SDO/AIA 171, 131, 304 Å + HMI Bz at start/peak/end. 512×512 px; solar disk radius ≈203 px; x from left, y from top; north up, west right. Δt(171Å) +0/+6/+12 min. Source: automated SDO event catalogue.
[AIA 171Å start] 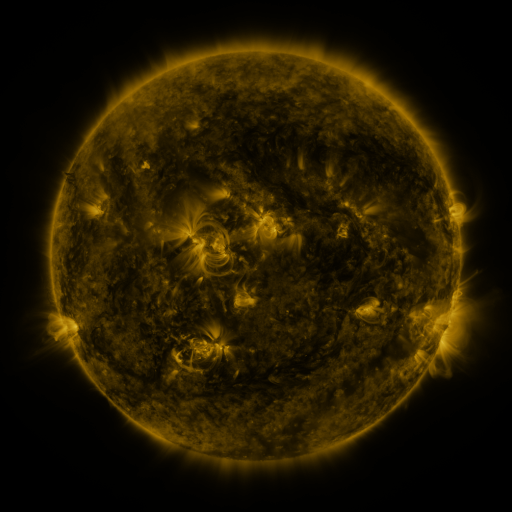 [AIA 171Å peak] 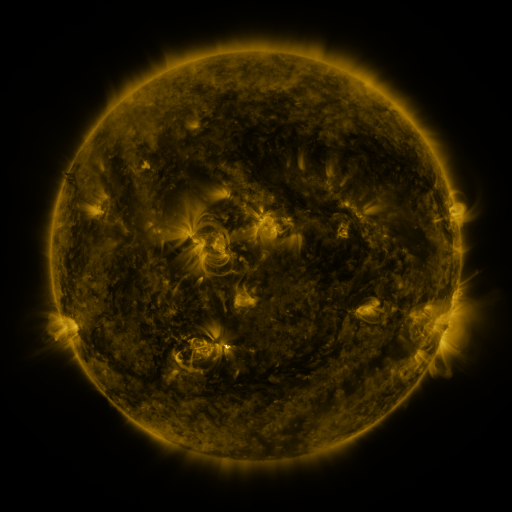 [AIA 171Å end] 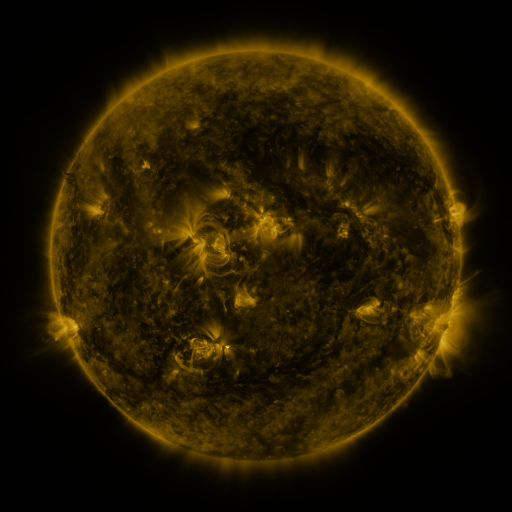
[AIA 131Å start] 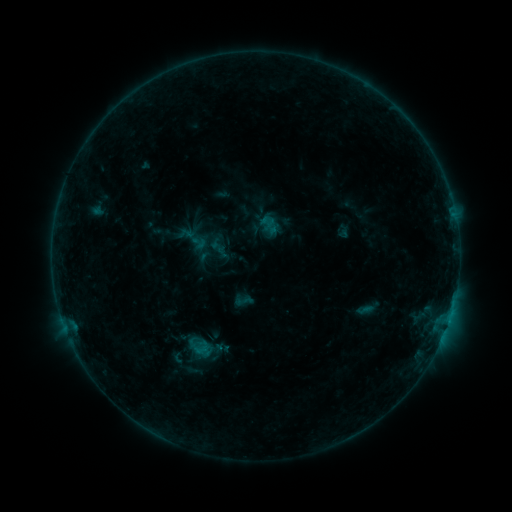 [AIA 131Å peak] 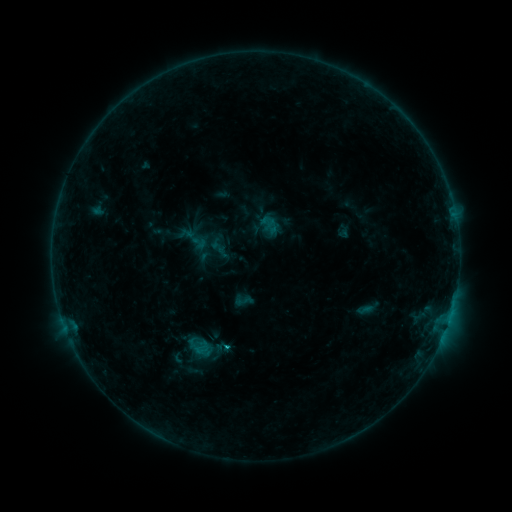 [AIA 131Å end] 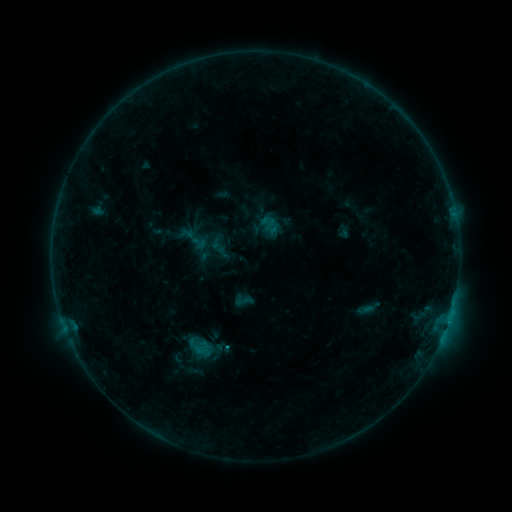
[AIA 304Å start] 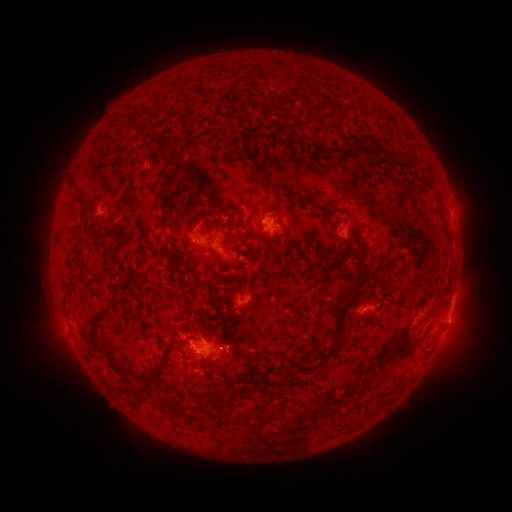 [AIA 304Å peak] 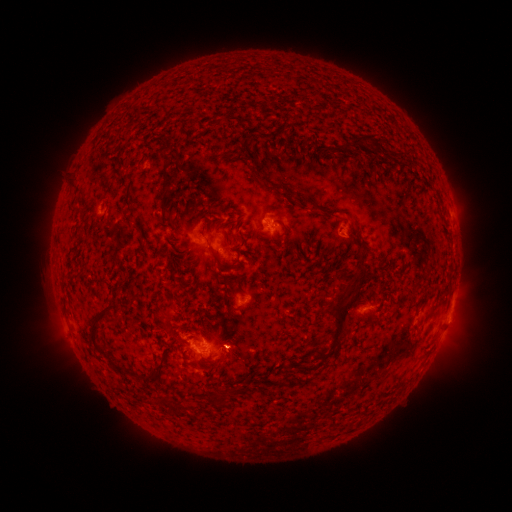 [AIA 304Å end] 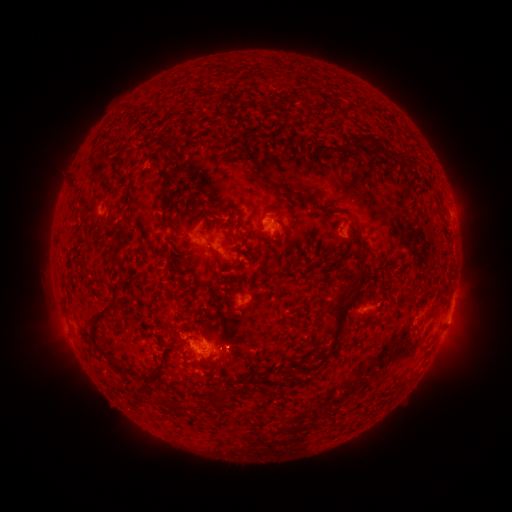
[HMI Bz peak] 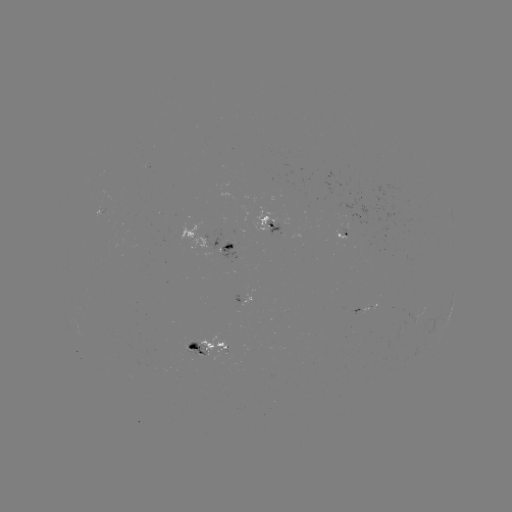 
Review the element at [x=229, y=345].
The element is B9.8 flare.